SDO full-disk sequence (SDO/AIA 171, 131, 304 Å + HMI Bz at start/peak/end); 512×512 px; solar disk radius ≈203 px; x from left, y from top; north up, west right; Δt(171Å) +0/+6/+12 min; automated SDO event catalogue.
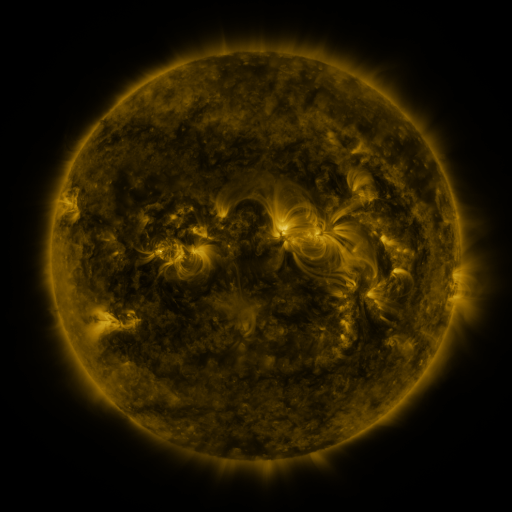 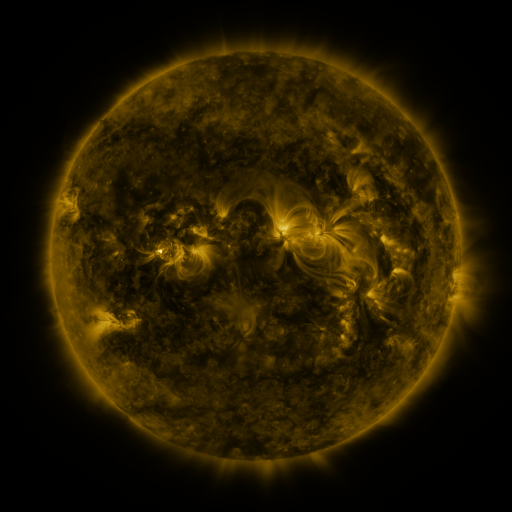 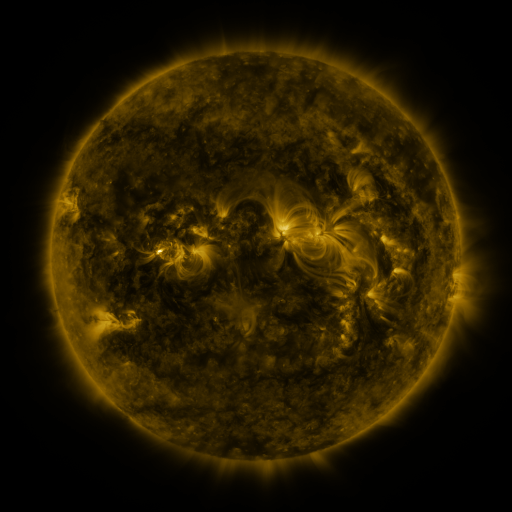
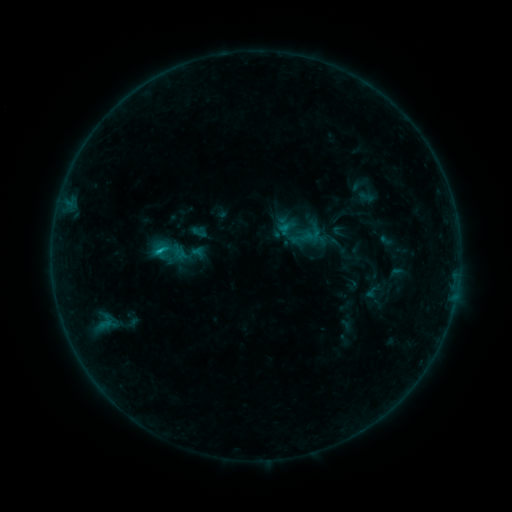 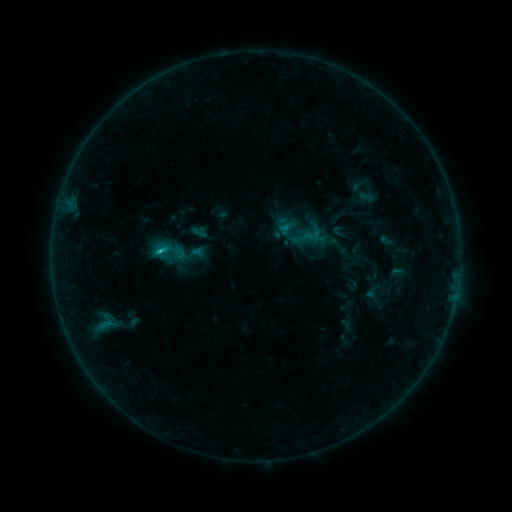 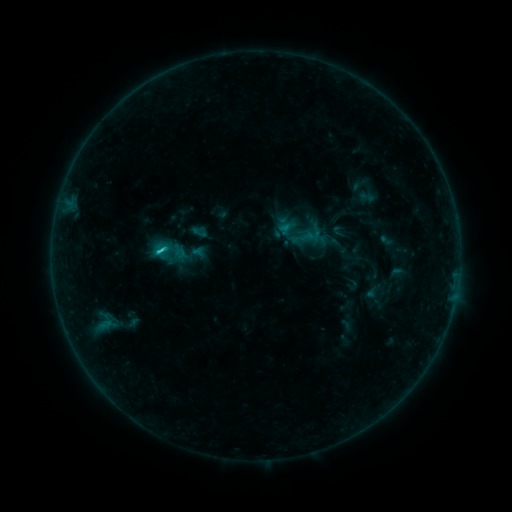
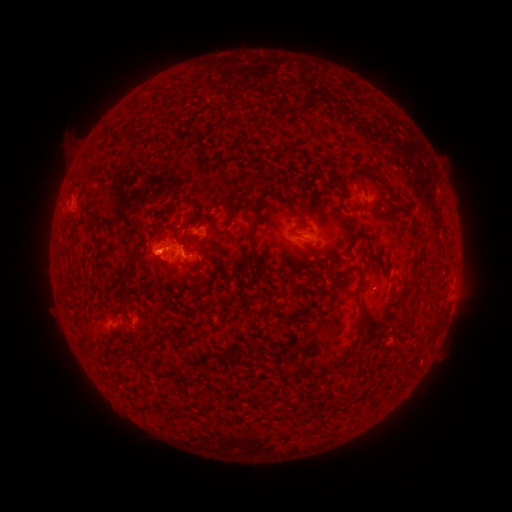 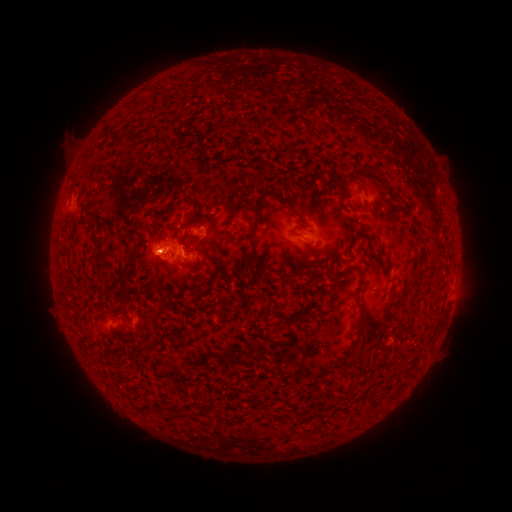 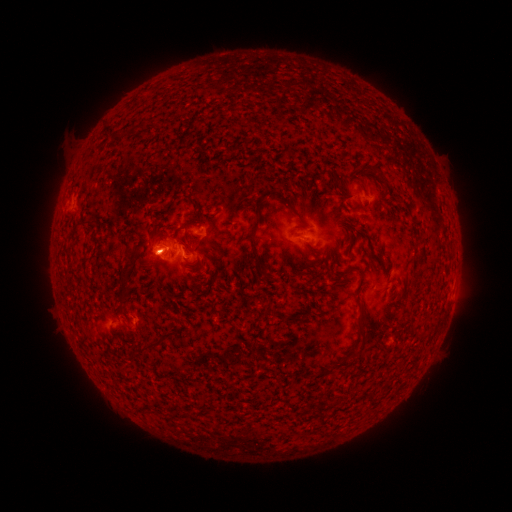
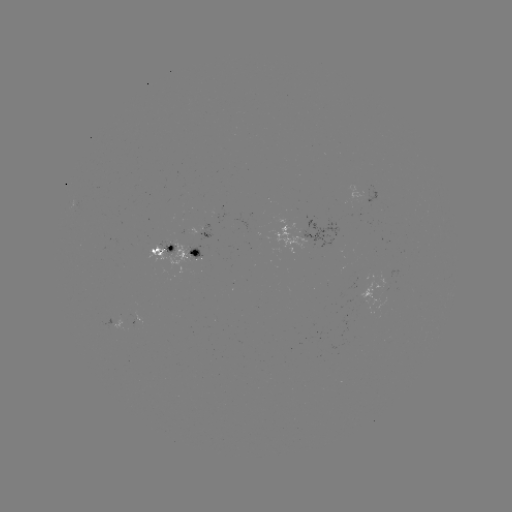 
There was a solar flare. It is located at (160, 255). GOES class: C1.7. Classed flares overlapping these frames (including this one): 1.